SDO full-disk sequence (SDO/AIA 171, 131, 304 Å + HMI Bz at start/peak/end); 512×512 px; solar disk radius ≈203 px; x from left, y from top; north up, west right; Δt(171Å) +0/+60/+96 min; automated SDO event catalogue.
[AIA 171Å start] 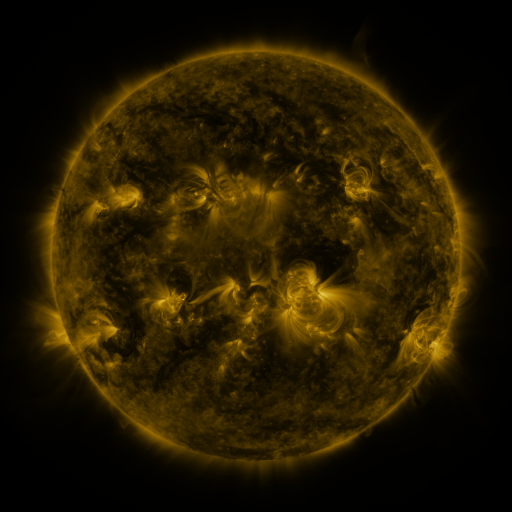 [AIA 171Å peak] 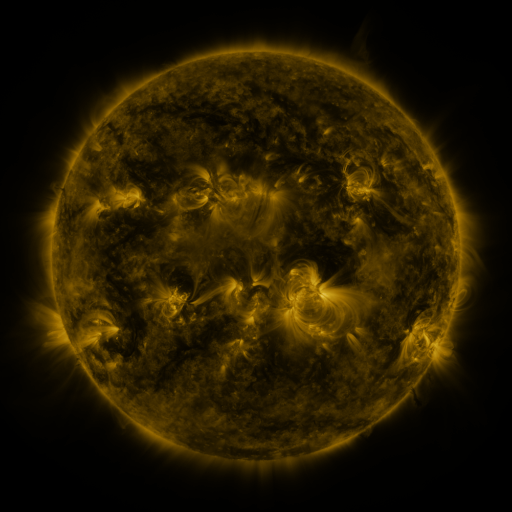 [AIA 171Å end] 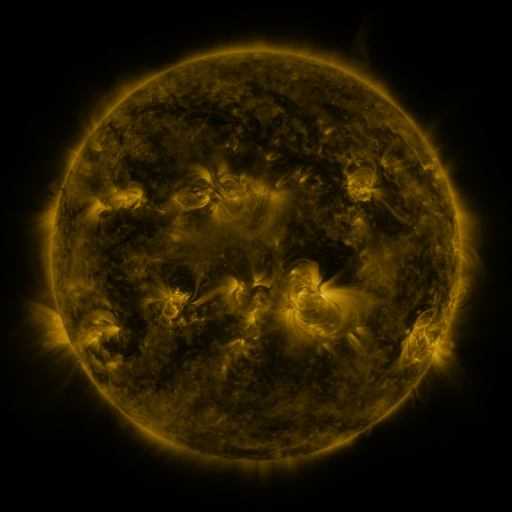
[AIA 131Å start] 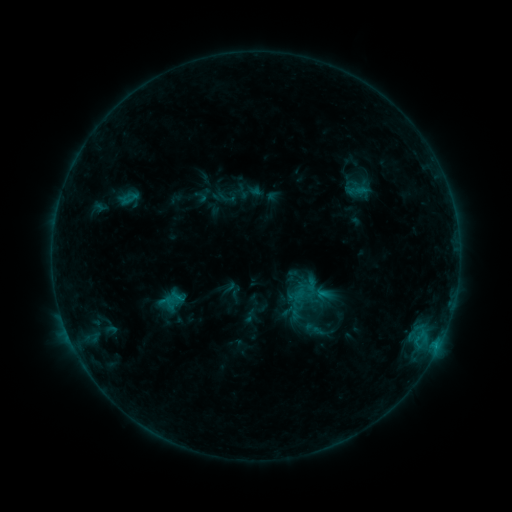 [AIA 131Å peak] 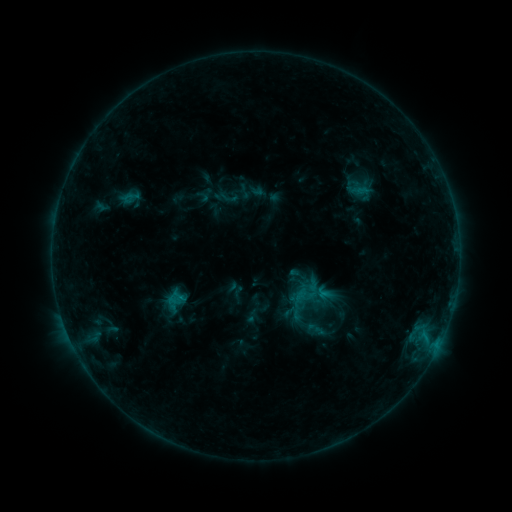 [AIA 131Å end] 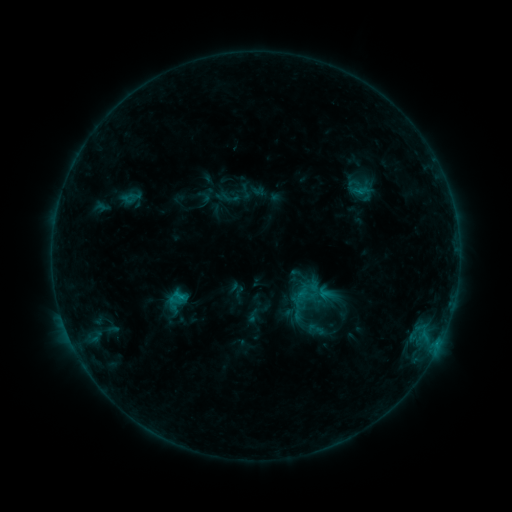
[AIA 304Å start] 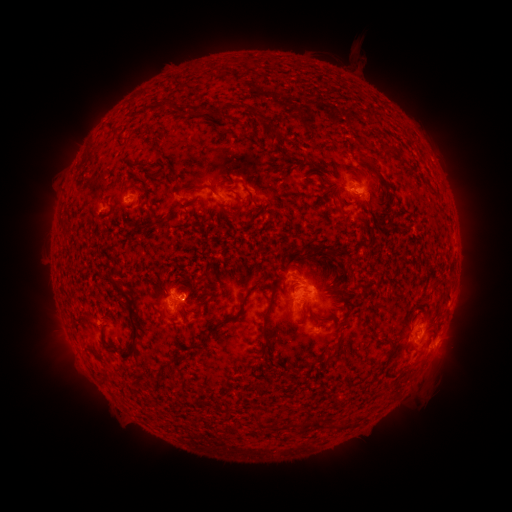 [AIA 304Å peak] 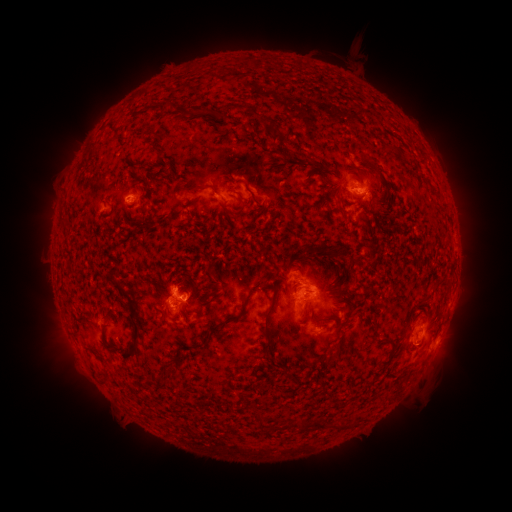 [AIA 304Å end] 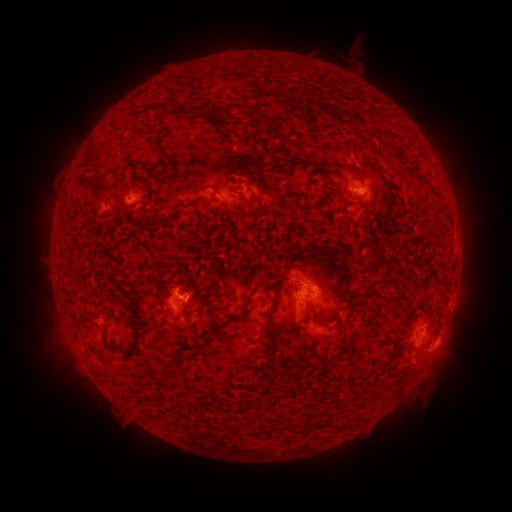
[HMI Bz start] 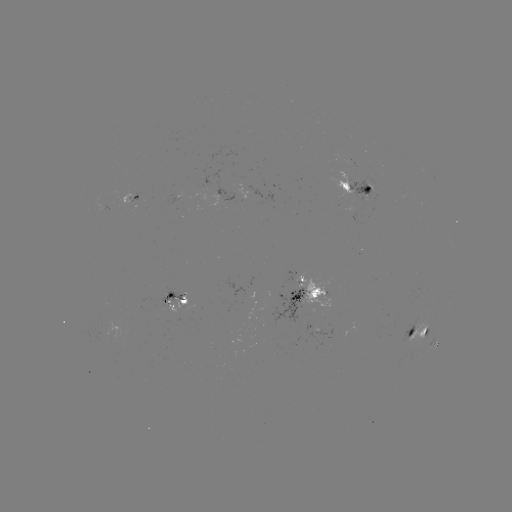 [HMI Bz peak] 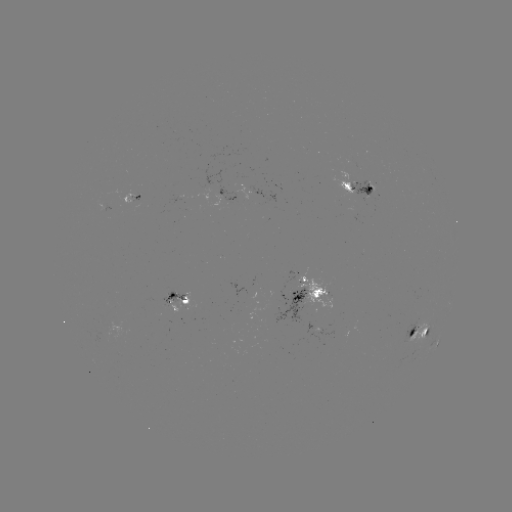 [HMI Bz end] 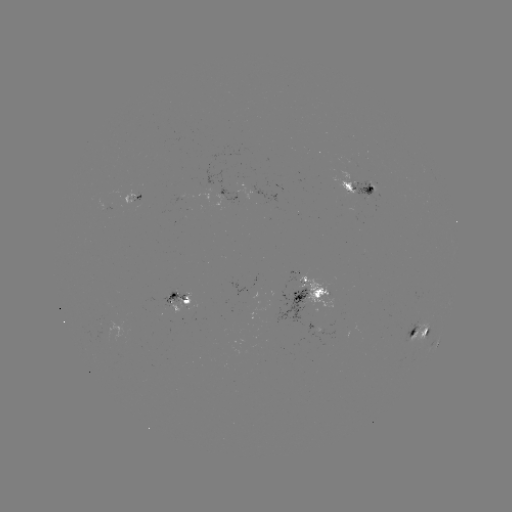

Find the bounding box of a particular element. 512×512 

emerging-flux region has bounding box [349, 180, 379, 201].